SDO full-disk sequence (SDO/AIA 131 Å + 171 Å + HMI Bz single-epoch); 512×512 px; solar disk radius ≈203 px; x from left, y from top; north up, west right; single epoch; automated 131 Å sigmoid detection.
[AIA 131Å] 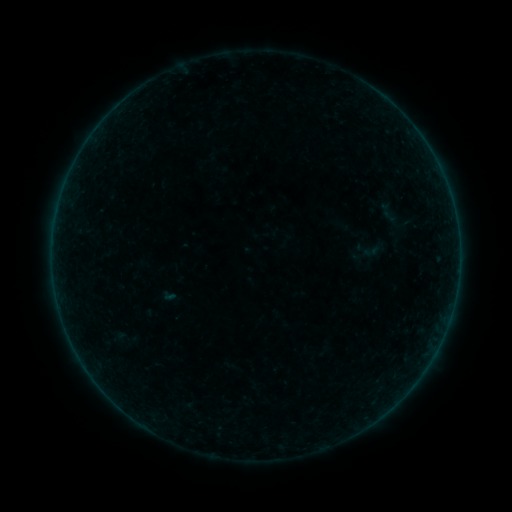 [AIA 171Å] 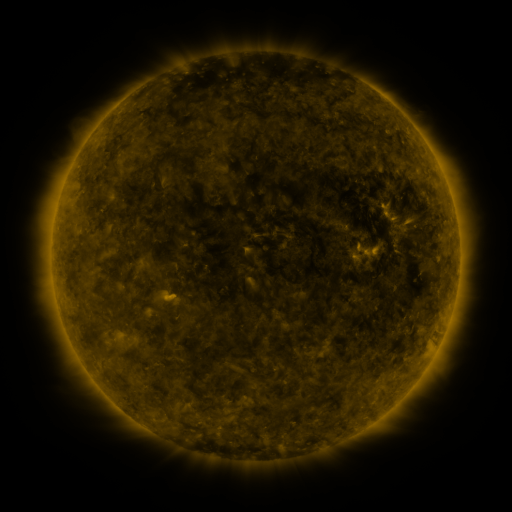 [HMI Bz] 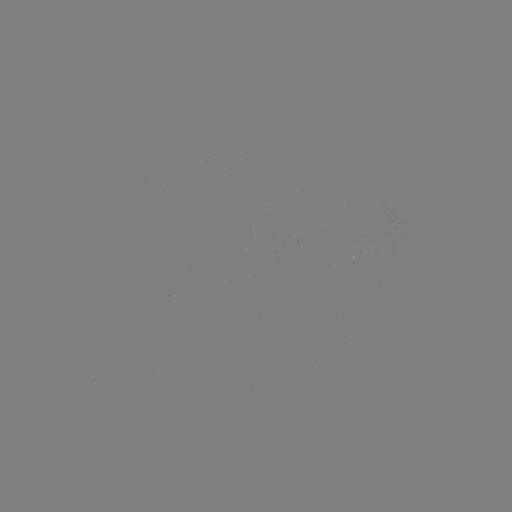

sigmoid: <bbox>353, 235, 384, 264</bbox>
